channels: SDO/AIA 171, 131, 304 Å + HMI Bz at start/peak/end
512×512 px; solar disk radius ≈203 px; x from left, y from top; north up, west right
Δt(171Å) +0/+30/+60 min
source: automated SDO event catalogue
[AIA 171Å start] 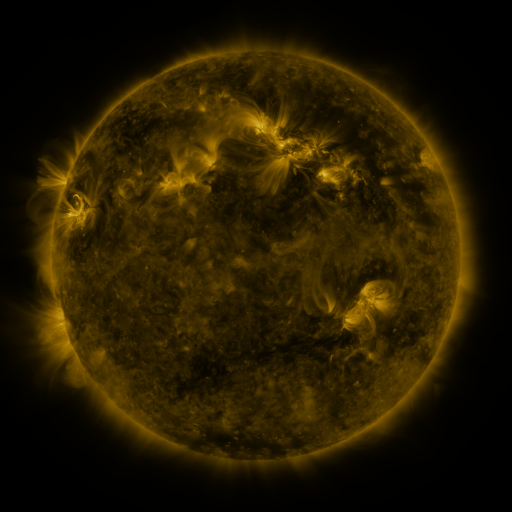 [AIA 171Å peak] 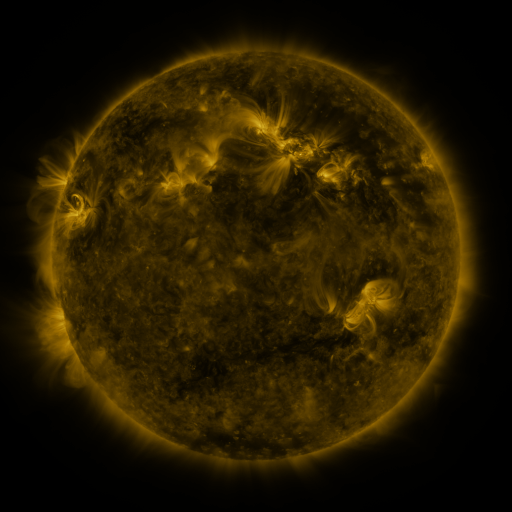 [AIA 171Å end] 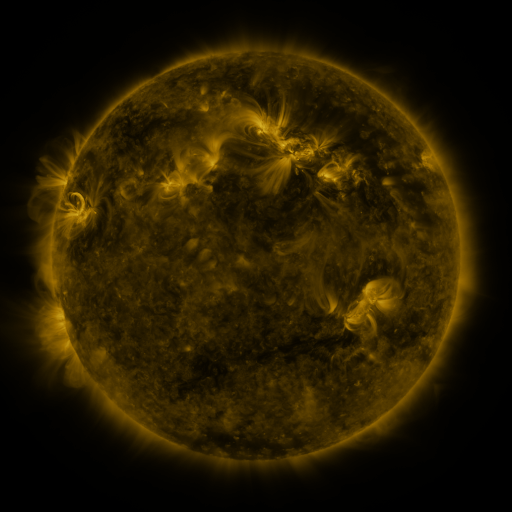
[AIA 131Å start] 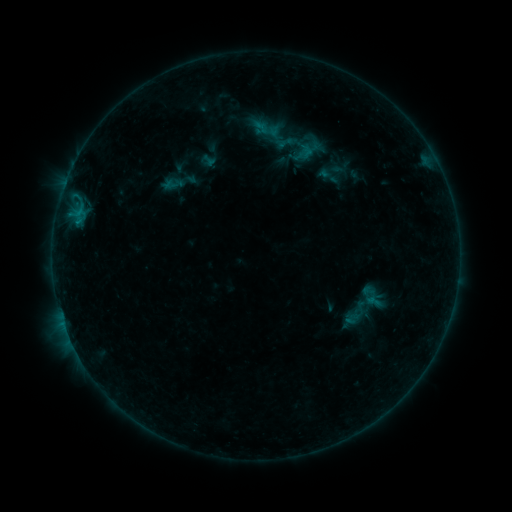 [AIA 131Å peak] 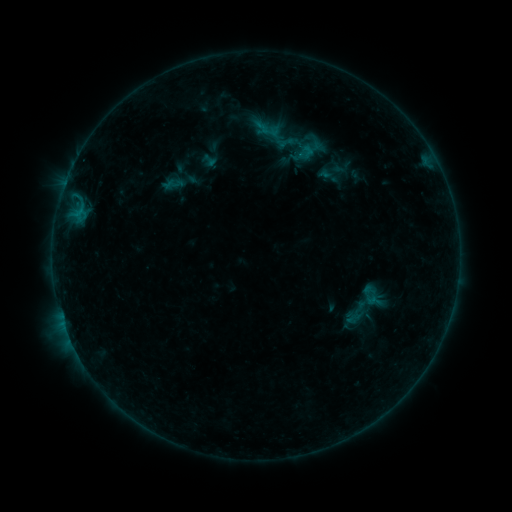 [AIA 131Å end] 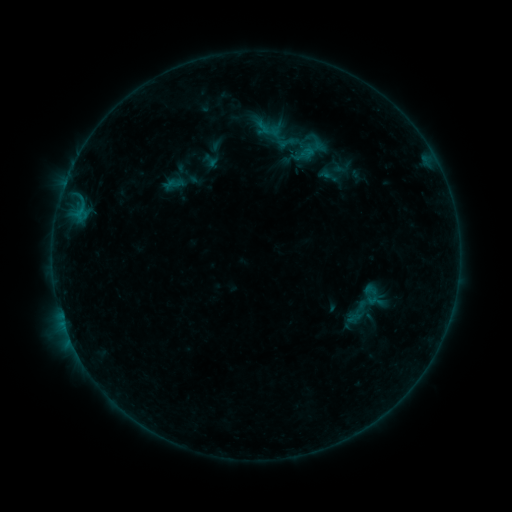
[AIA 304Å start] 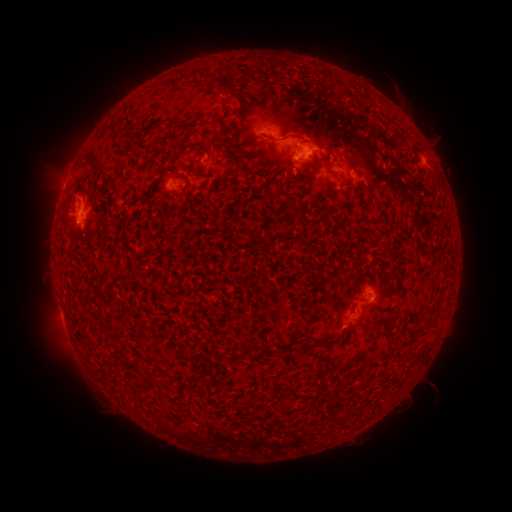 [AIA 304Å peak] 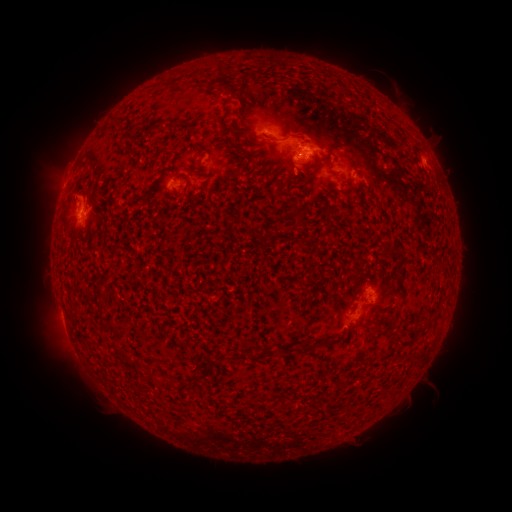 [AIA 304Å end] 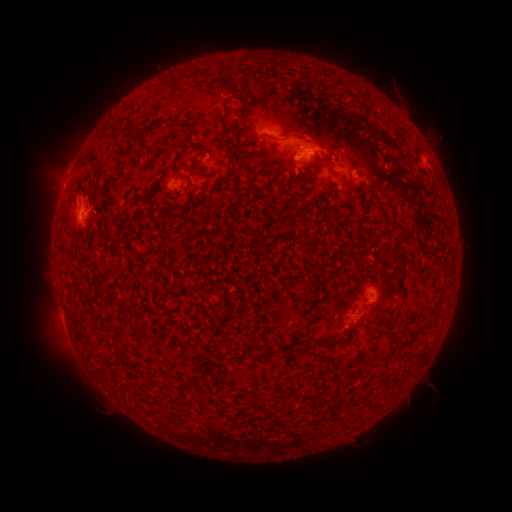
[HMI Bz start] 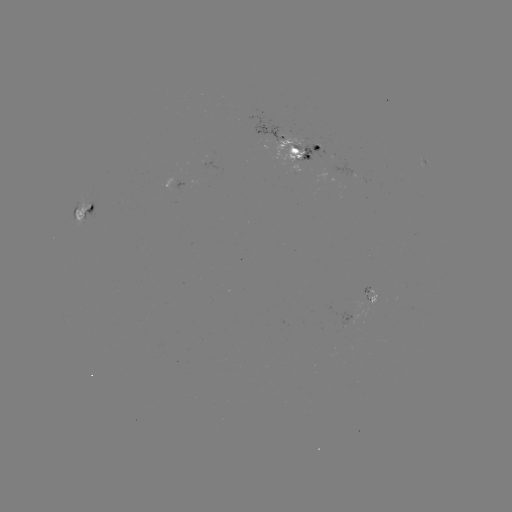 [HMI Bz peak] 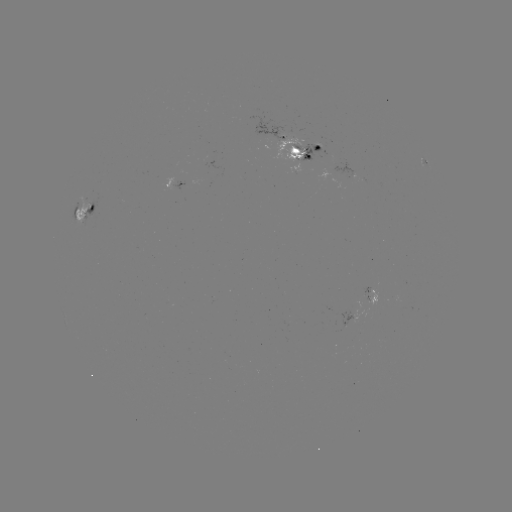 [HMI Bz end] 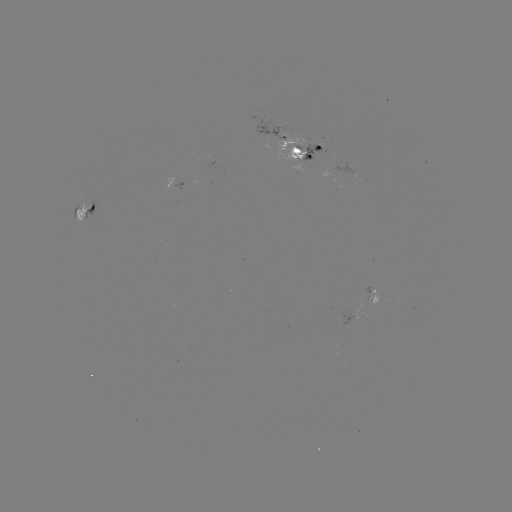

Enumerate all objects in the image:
emerging-flux region: (300, 144)
